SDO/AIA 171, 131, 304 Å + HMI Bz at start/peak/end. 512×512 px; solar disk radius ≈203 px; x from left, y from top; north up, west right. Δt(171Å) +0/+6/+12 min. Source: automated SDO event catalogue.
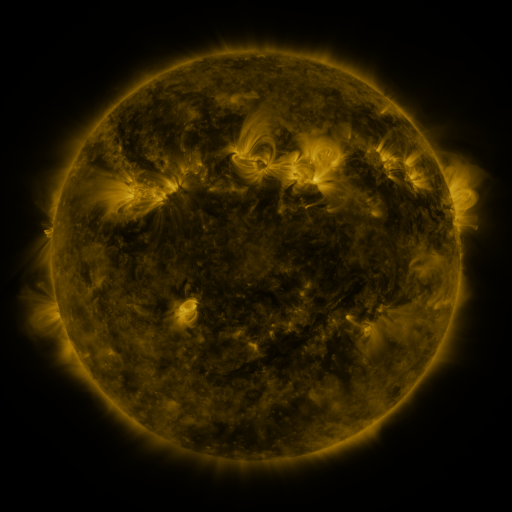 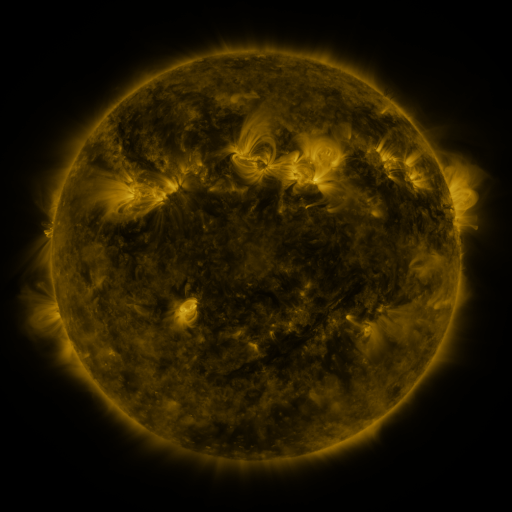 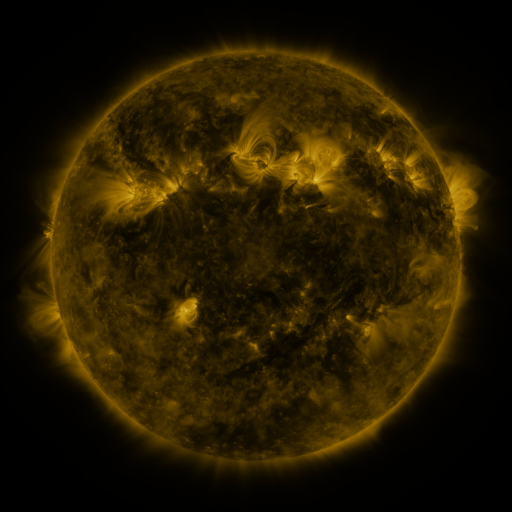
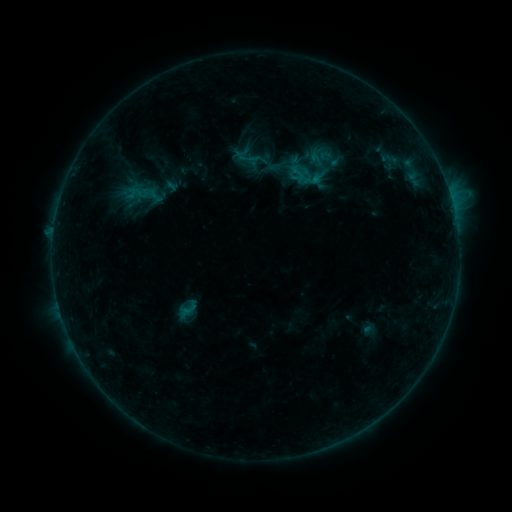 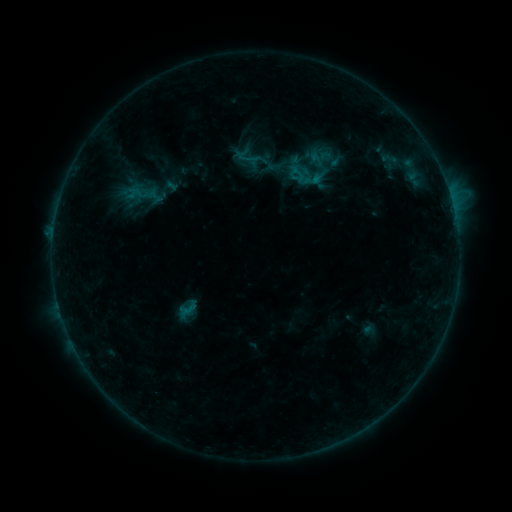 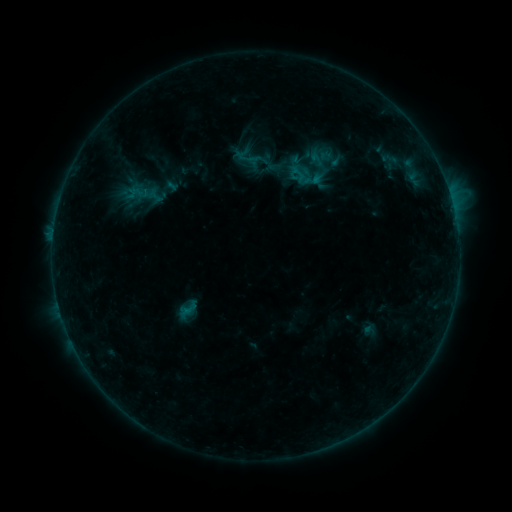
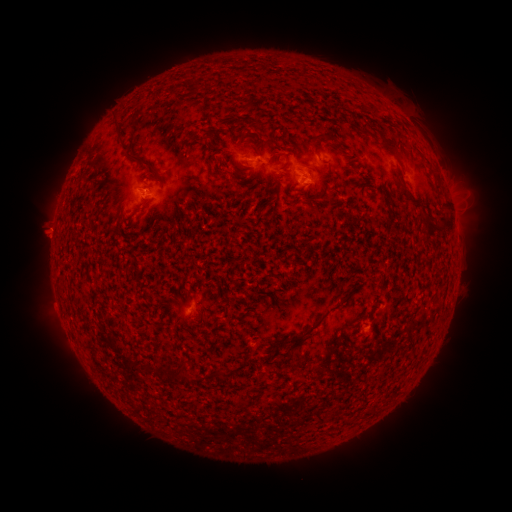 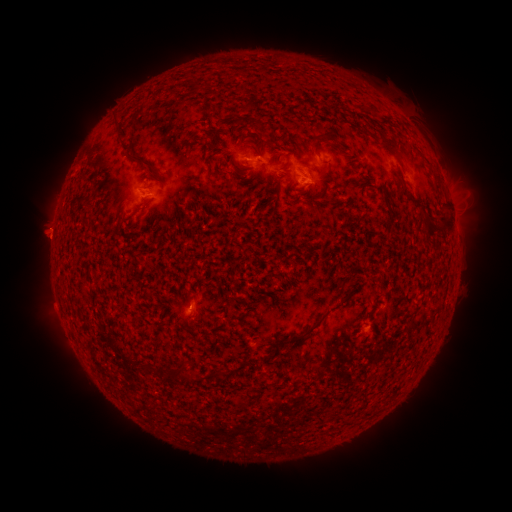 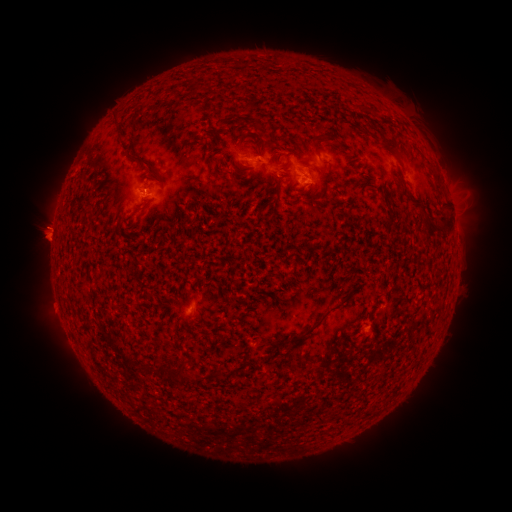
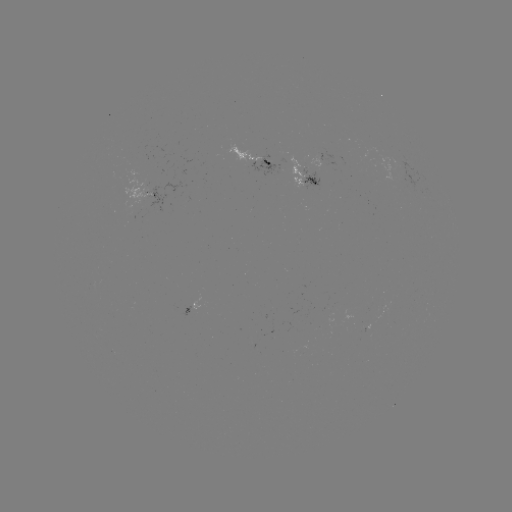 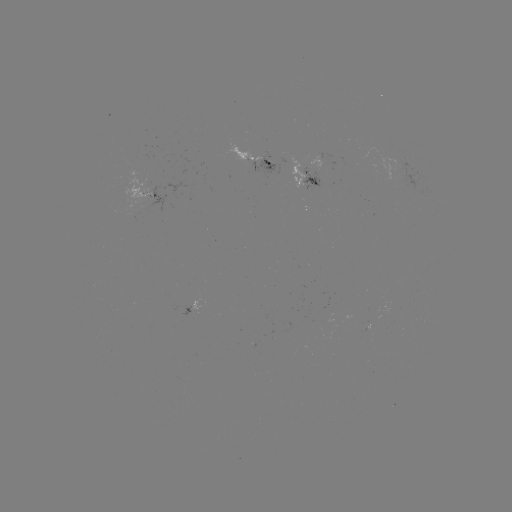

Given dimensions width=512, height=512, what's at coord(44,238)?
eruption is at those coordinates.